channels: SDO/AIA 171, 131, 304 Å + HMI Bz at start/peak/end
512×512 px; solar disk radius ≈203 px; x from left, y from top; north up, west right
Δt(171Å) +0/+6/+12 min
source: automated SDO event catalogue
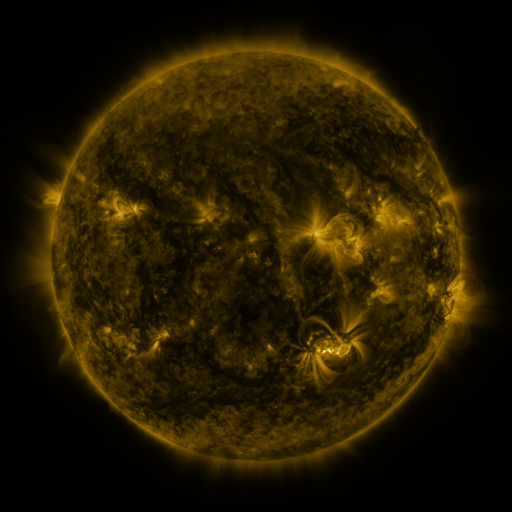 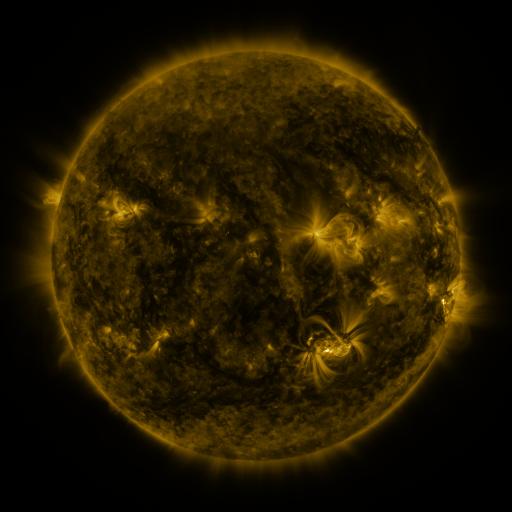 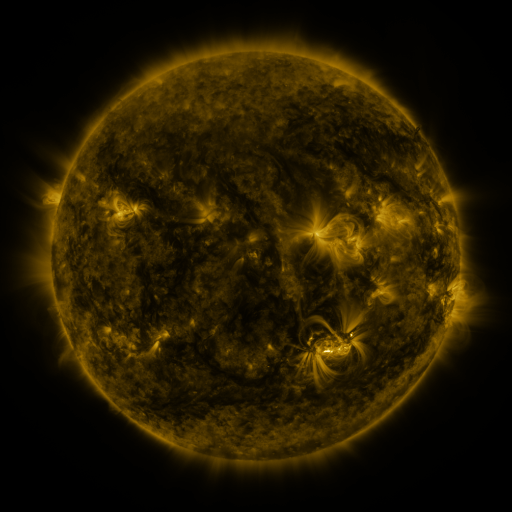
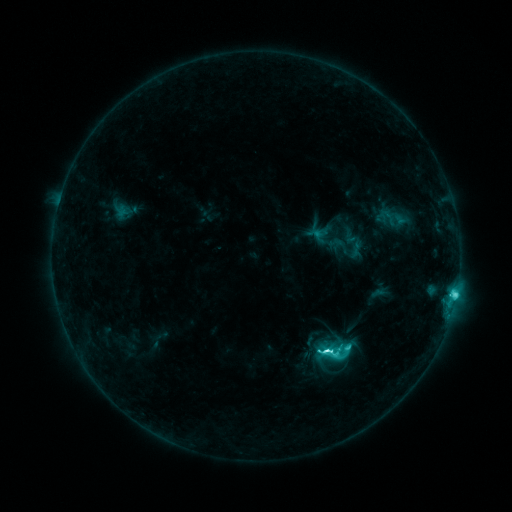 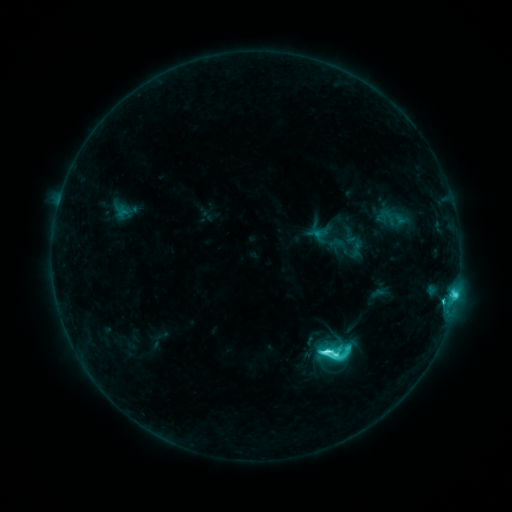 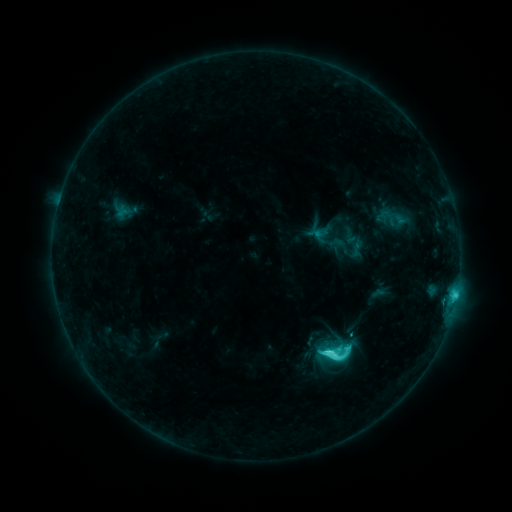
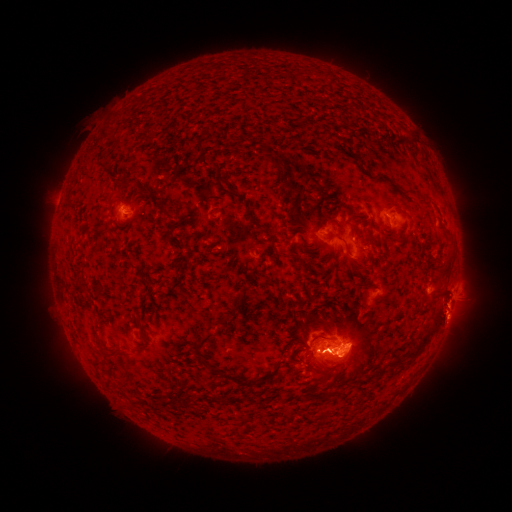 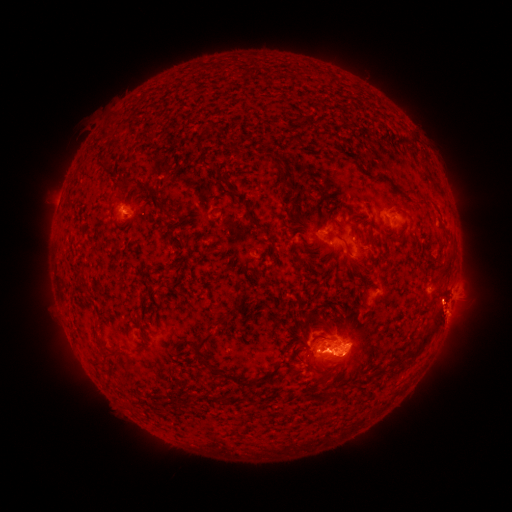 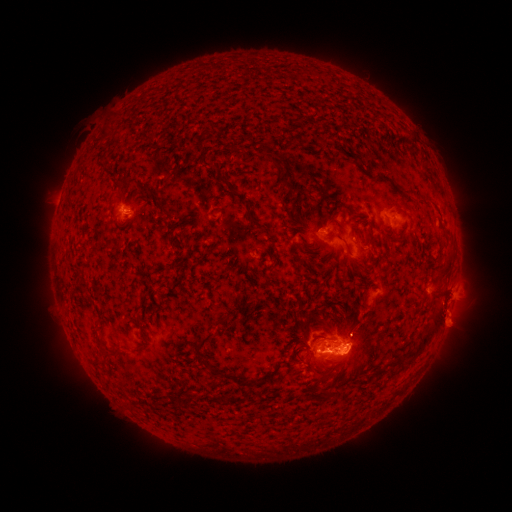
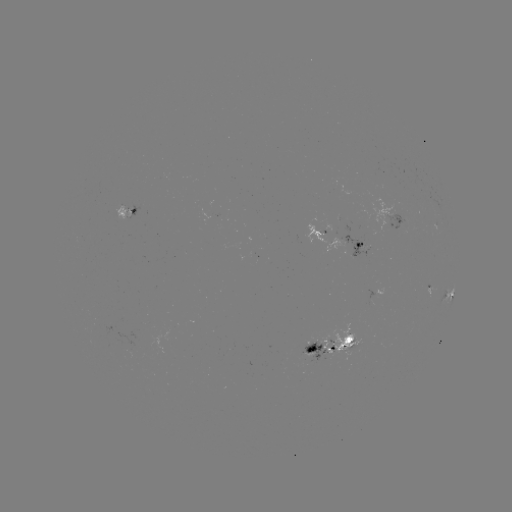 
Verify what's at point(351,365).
eruption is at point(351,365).